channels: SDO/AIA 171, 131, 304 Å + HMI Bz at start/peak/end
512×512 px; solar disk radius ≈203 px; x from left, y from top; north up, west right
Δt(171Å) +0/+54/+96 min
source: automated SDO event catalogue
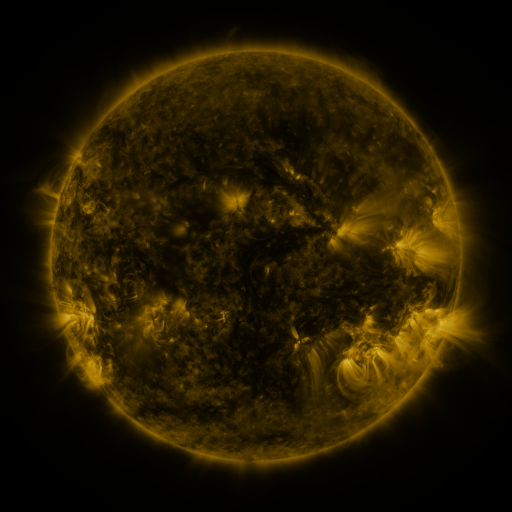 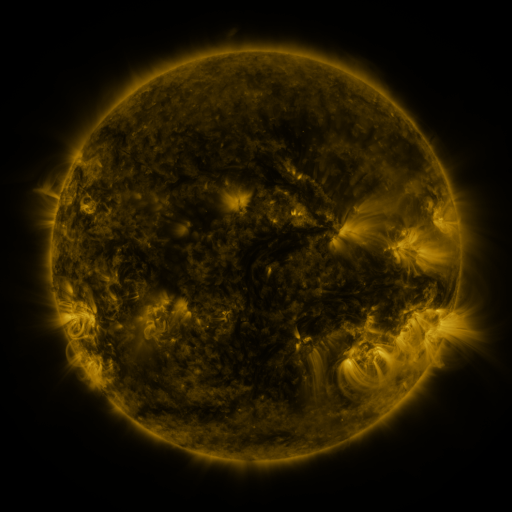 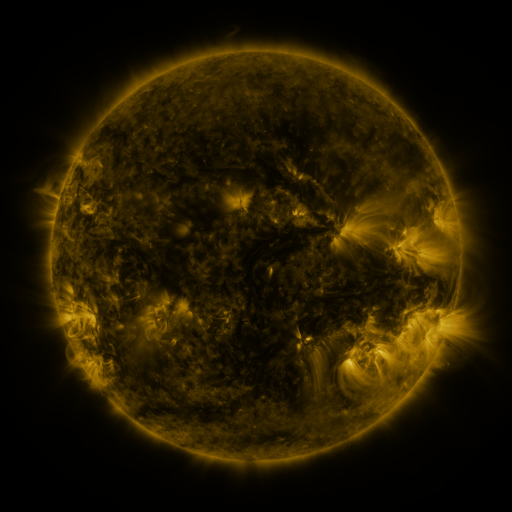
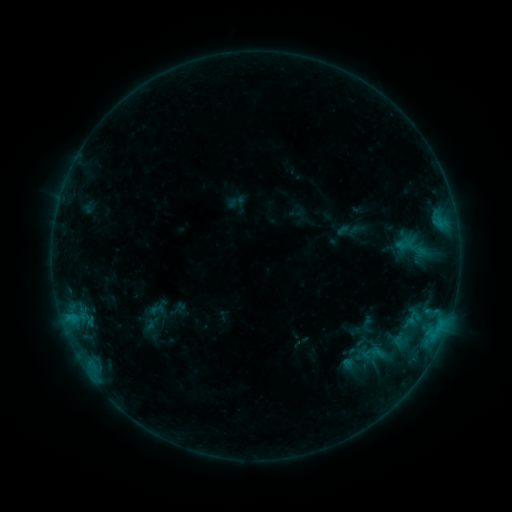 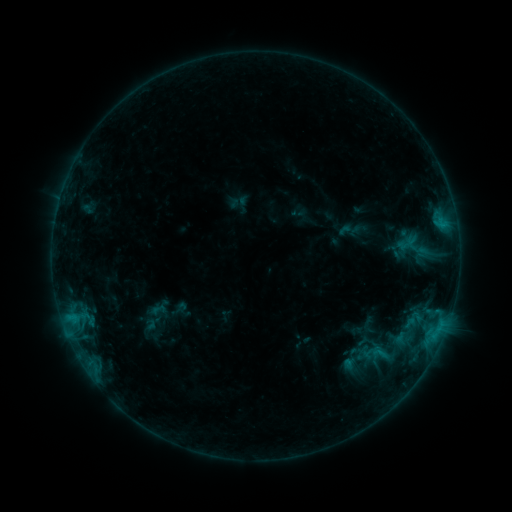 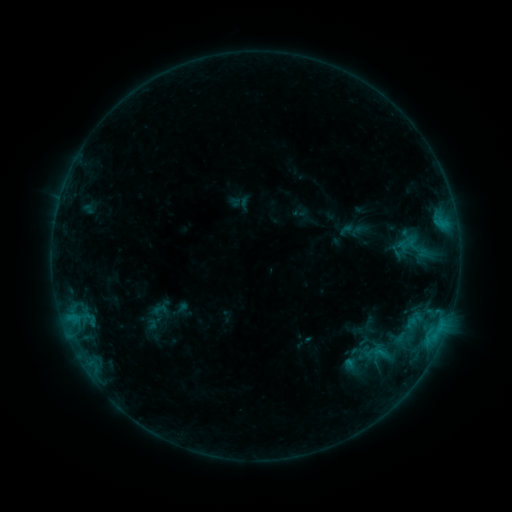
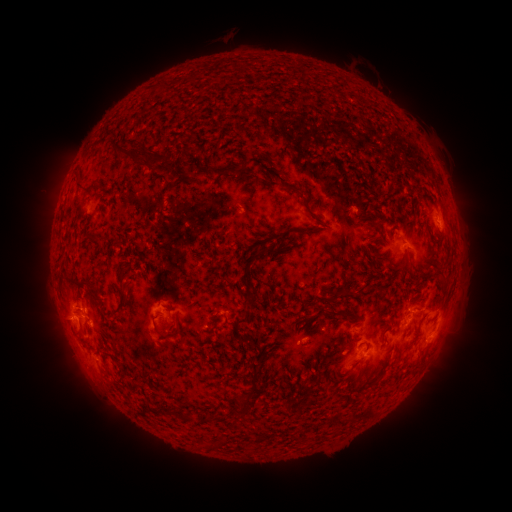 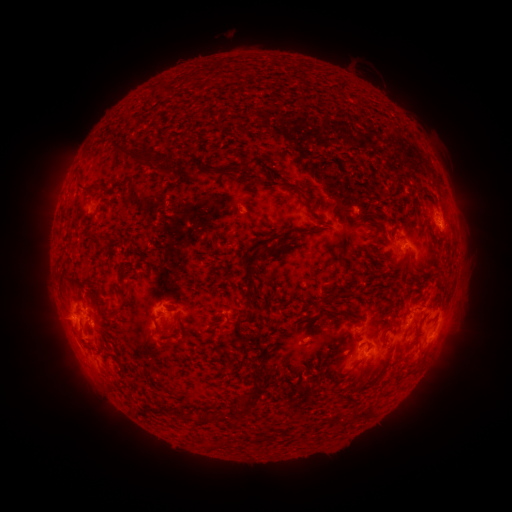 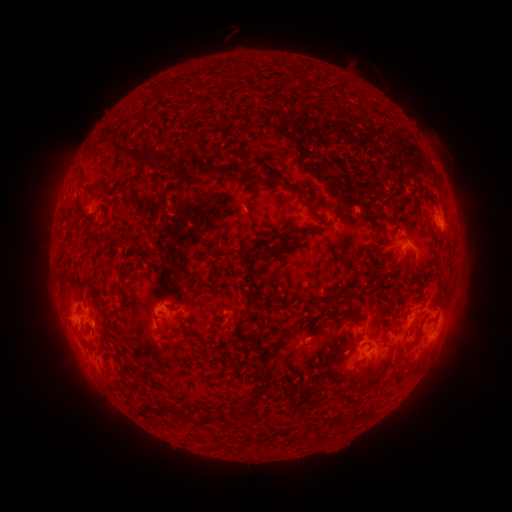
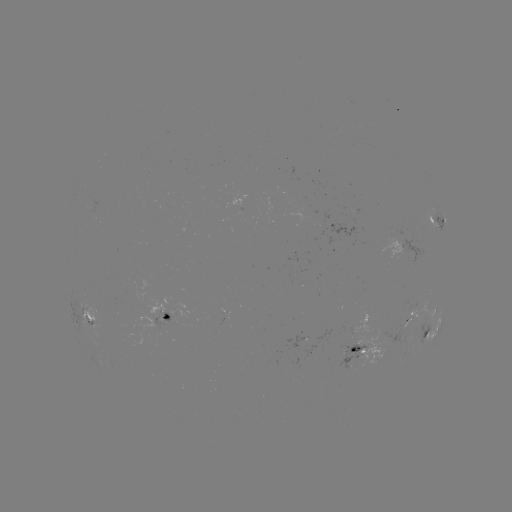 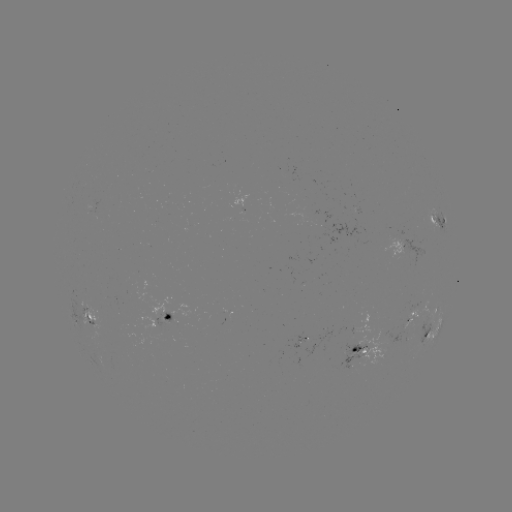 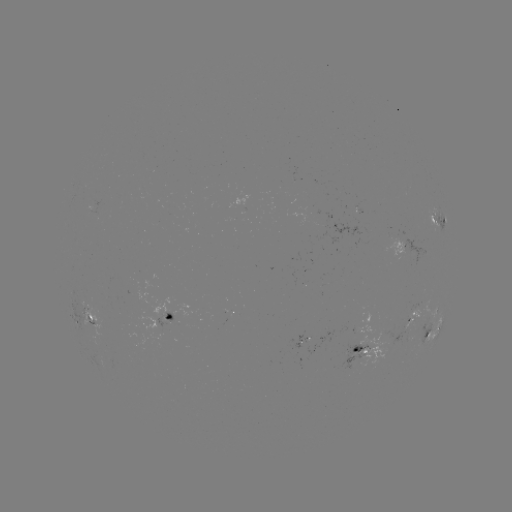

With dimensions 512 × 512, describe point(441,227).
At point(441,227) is C1.2 flare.